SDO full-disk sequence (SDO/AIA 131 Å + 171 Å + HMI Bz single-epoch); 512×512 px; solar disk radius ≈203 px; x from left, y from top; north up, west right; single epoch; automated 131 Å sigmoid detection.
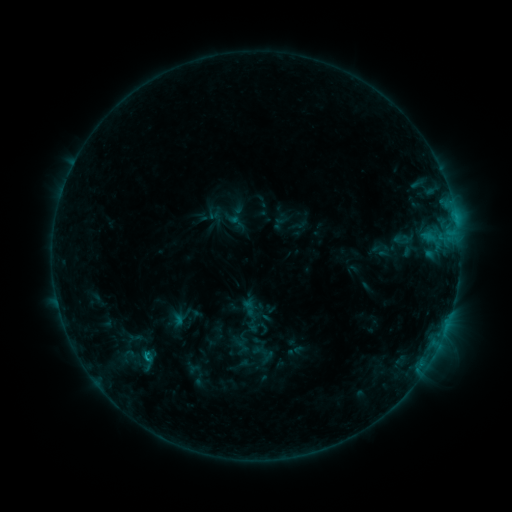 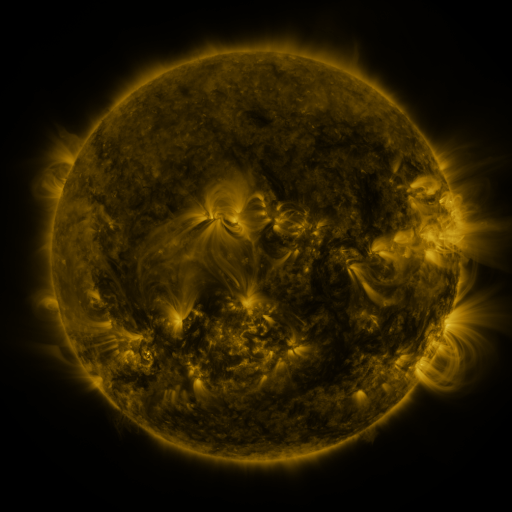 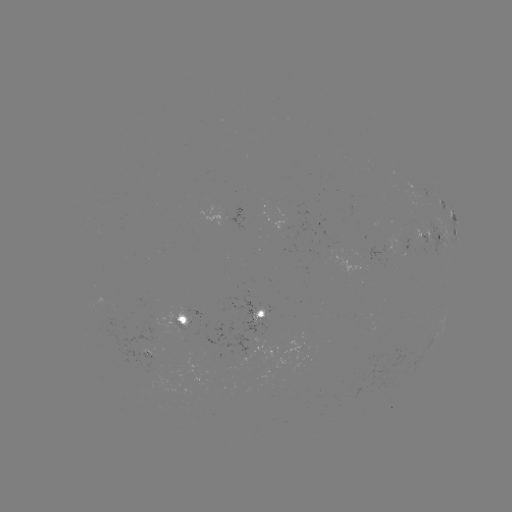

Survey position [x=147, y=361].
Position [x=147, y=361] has sigmoid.